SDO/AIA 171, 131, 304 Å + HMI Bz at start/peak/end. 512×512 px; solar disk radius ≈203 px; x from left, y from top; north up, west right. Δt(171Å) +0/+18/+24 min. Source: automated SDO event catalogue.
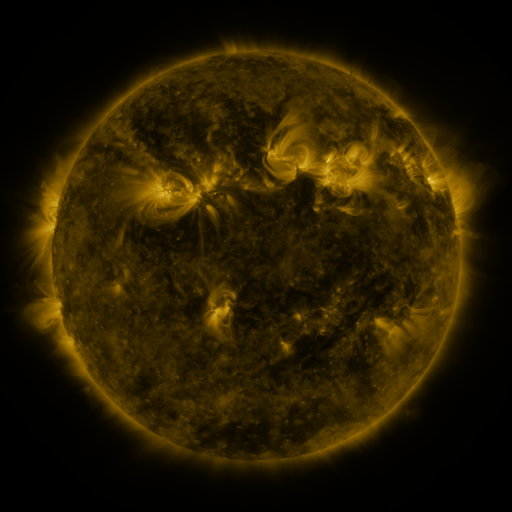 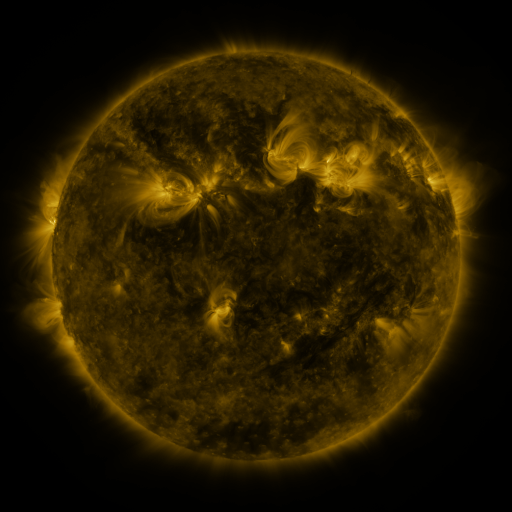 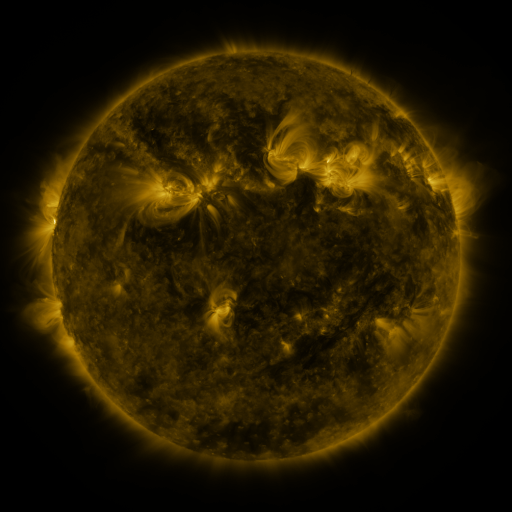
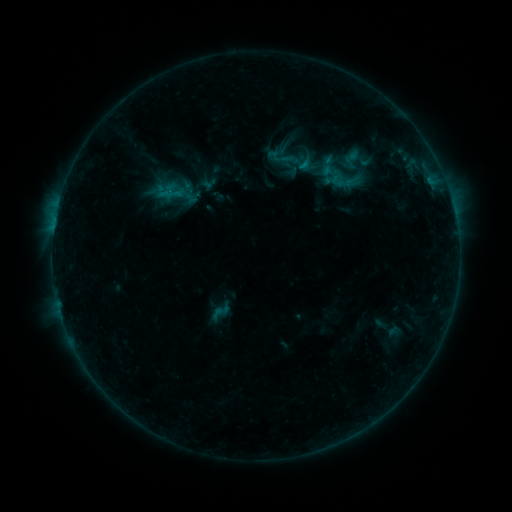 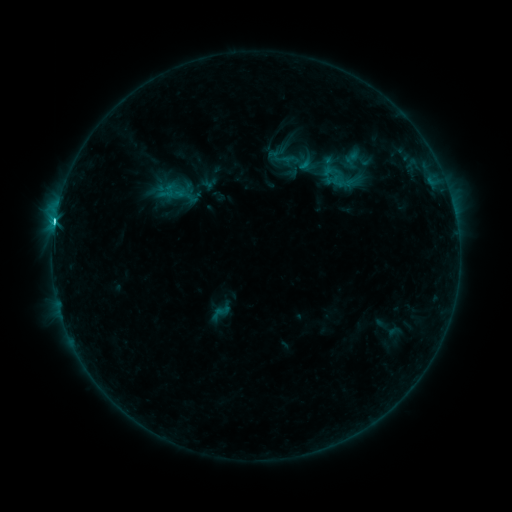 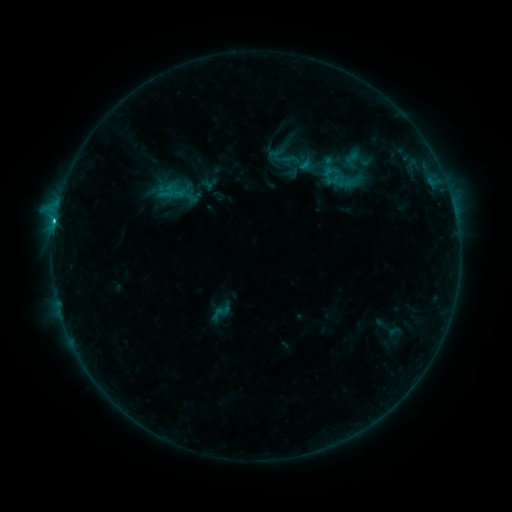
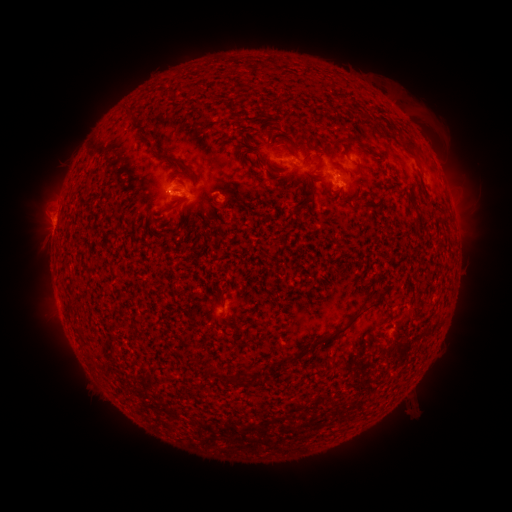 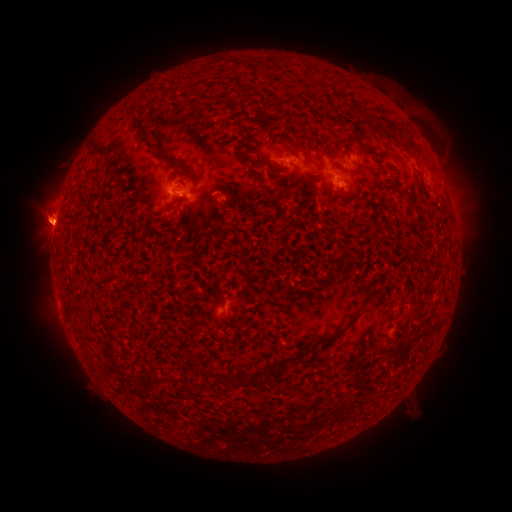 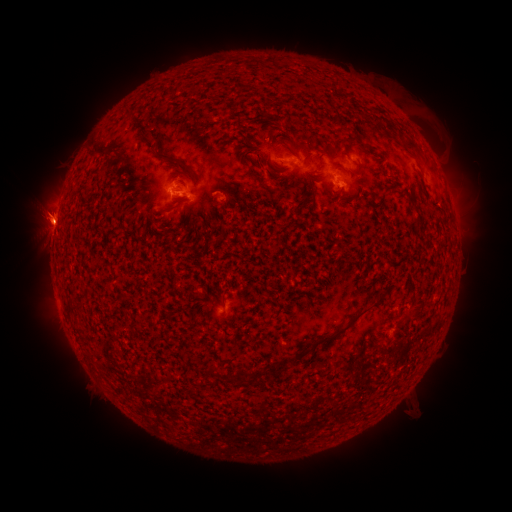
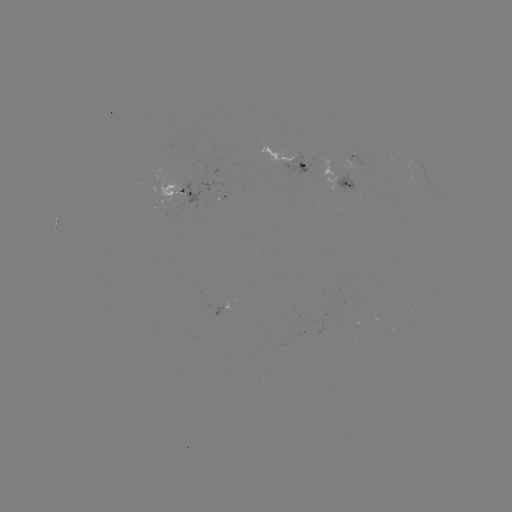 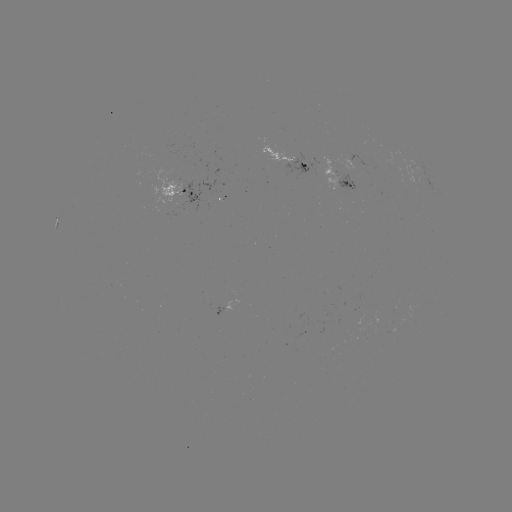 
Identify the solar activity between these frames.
C3.1 flare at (55, 223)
